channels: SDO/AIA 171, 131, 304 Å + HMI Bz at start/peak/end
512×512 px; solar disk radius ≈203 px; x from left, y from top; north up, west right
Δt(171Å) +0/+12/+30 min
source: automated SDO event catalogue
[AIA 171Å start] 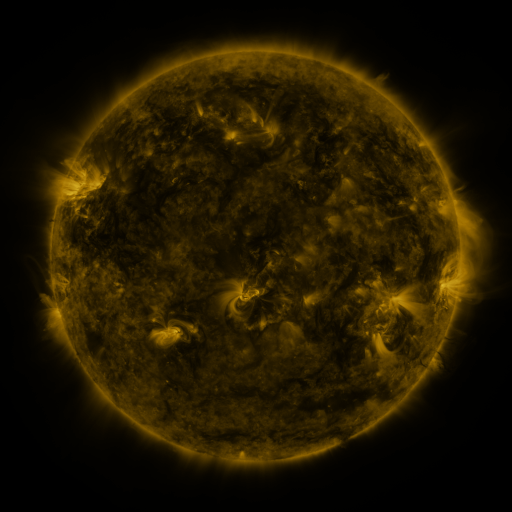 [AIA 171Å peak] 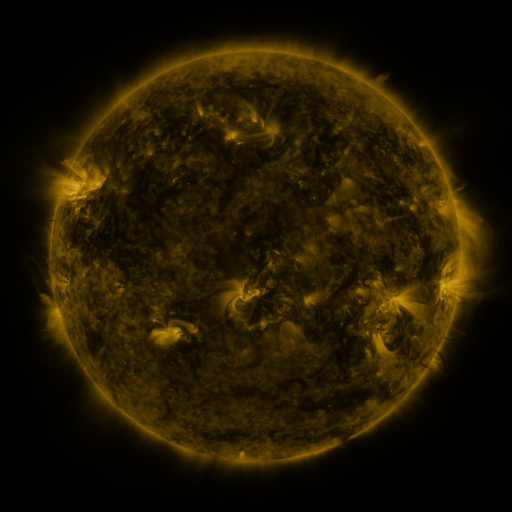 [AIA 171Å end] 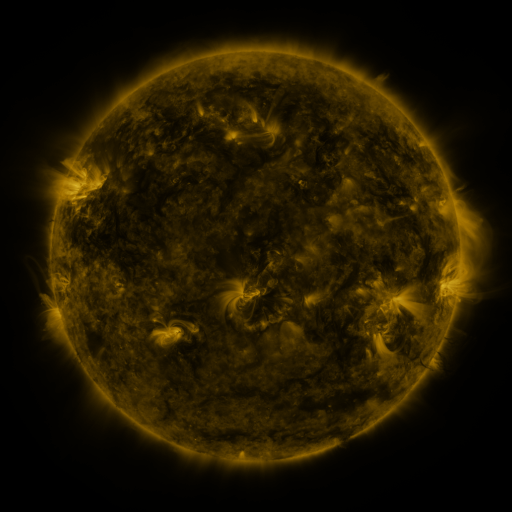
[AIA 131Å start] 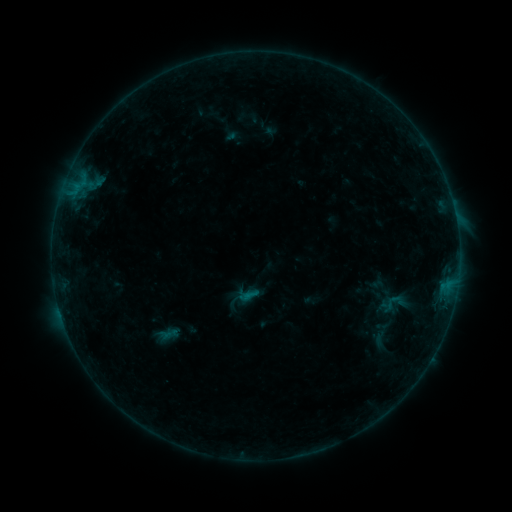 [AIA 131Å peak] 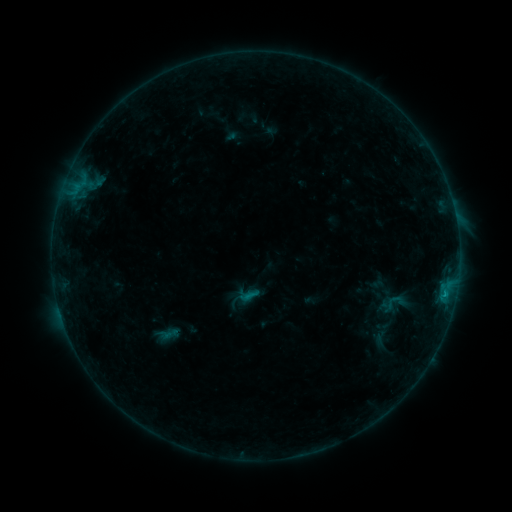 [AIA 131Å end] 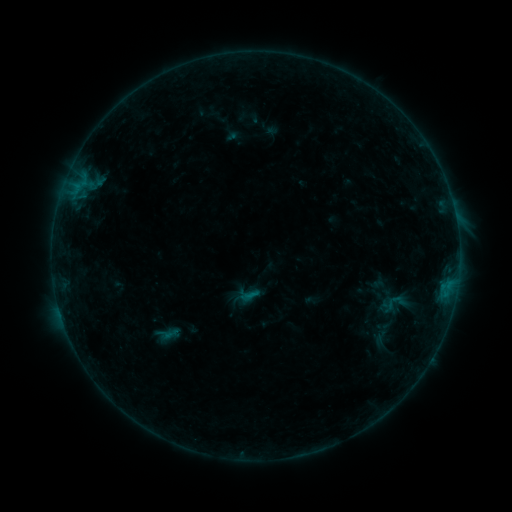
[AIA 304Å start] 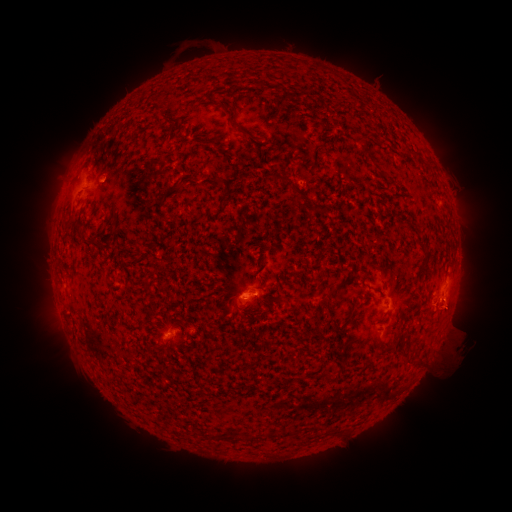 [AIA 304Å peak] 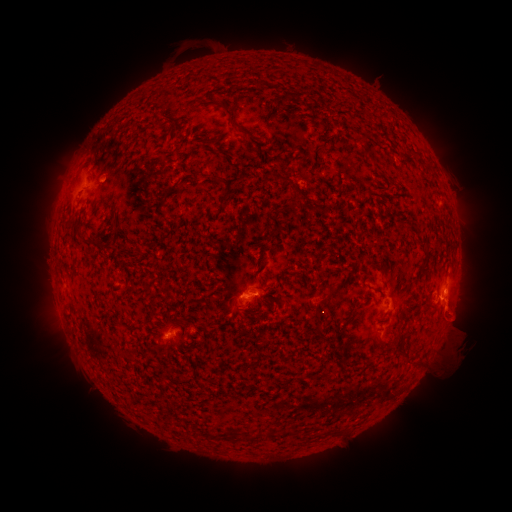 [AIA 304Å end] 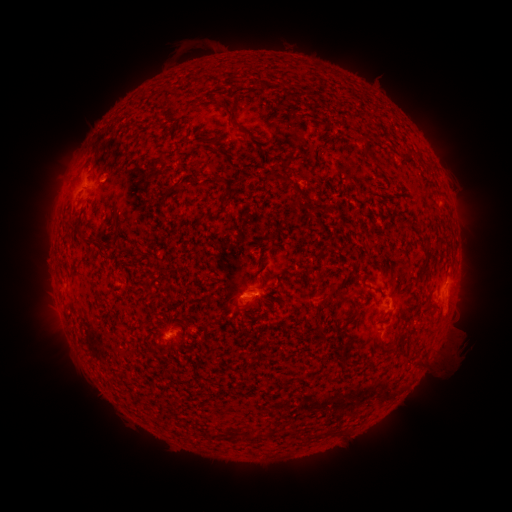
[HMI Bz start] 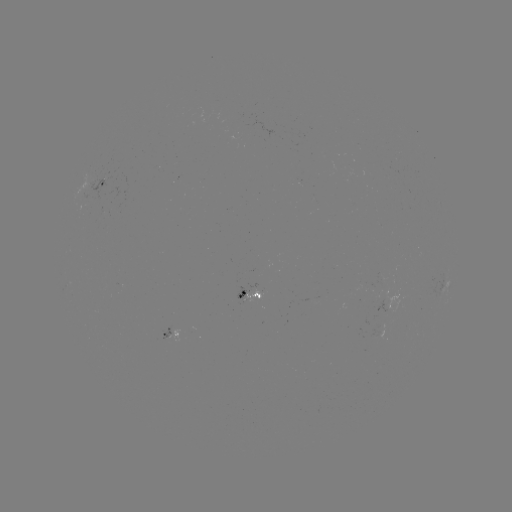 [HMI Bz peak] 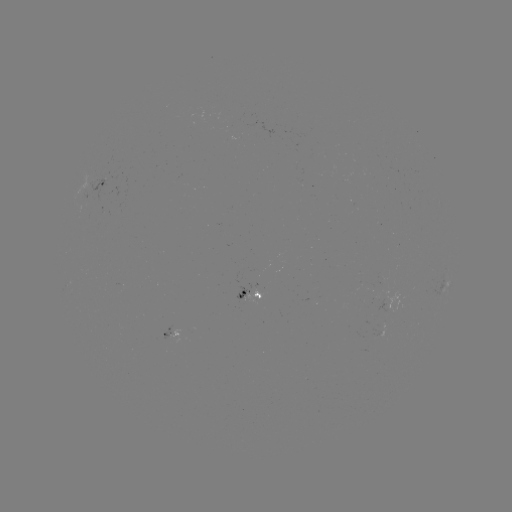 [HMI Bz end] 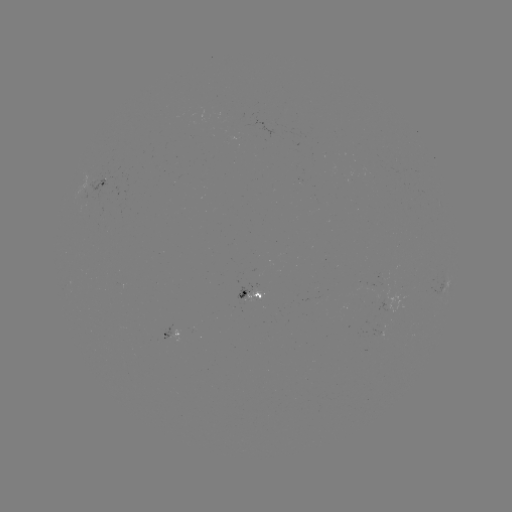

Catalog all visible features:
B6.8 flare: (443, 293)
